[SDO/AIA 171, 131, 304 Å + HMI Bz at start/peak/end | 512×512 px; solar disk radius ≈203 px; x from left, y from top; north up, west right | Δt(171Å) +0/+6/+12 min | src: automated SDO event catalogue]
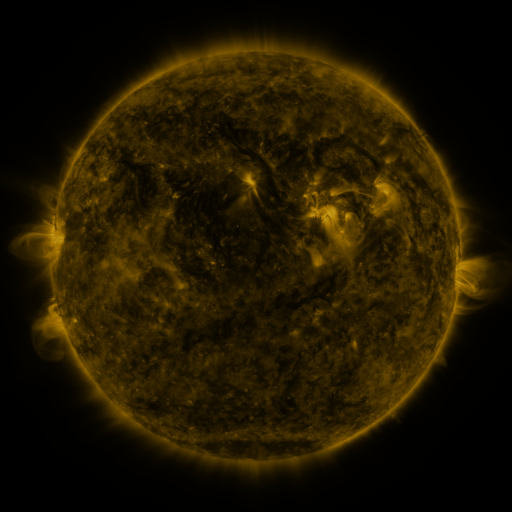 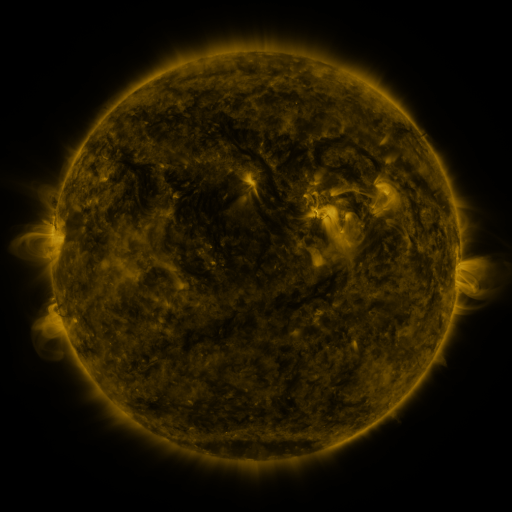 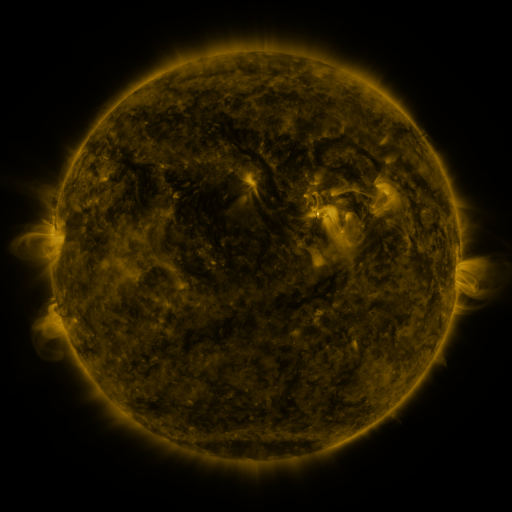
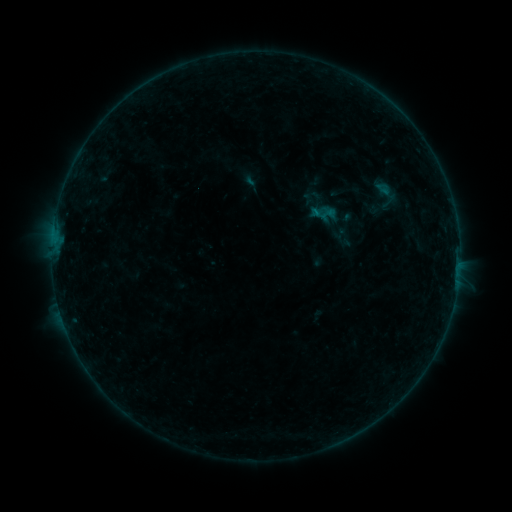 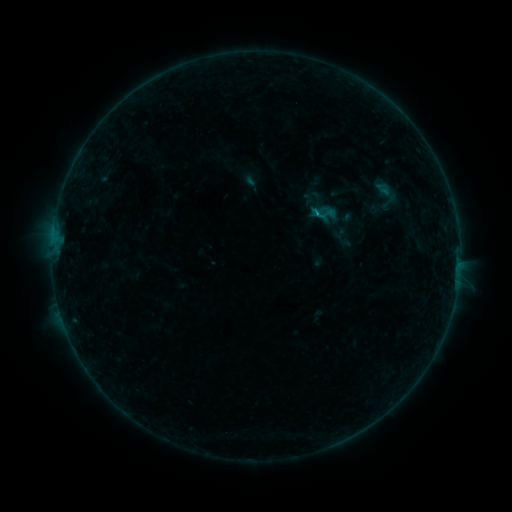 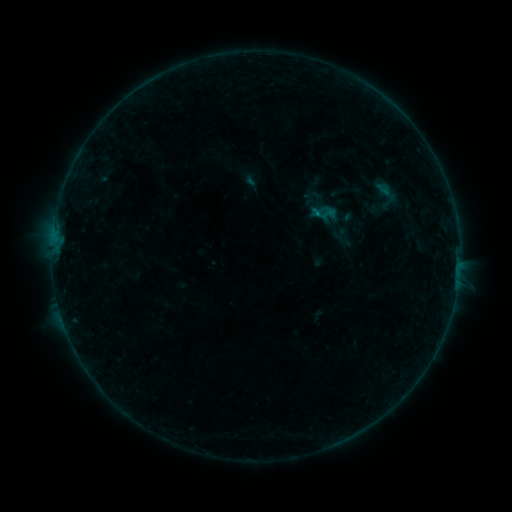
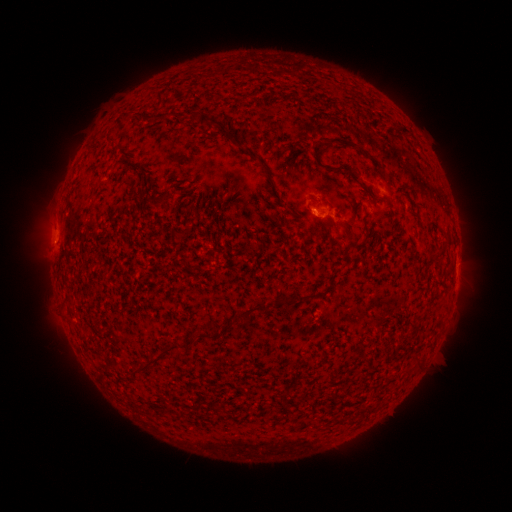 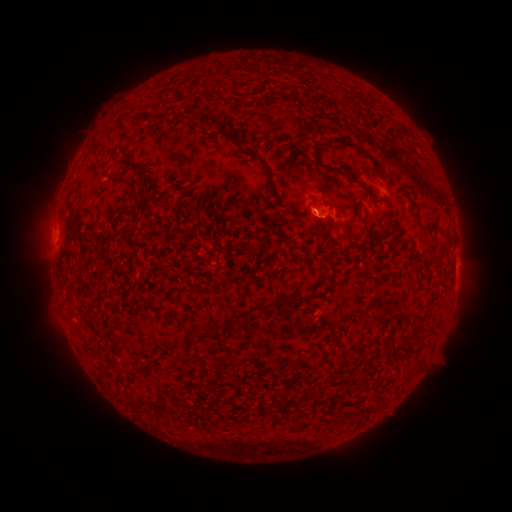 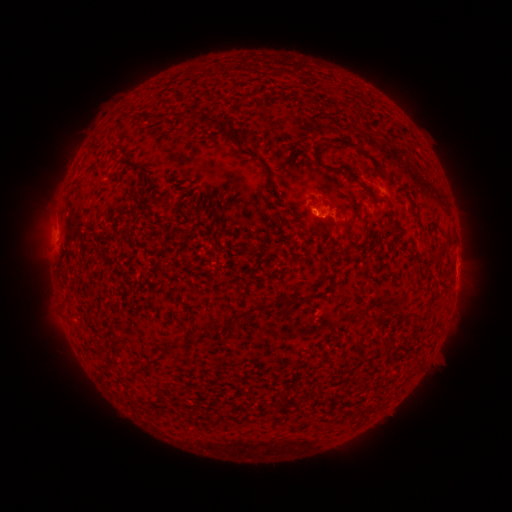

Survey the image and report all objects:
B2.8 flare: (315, 213)
